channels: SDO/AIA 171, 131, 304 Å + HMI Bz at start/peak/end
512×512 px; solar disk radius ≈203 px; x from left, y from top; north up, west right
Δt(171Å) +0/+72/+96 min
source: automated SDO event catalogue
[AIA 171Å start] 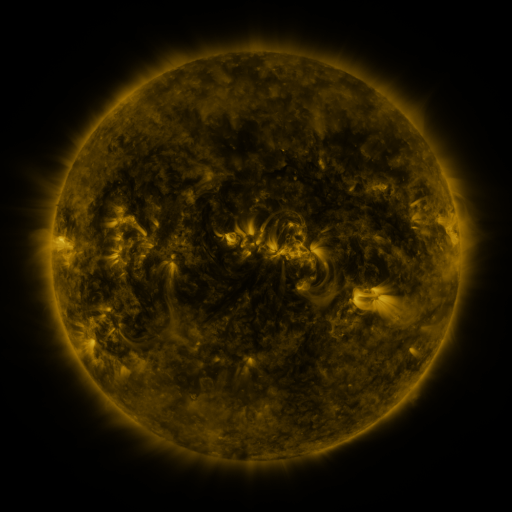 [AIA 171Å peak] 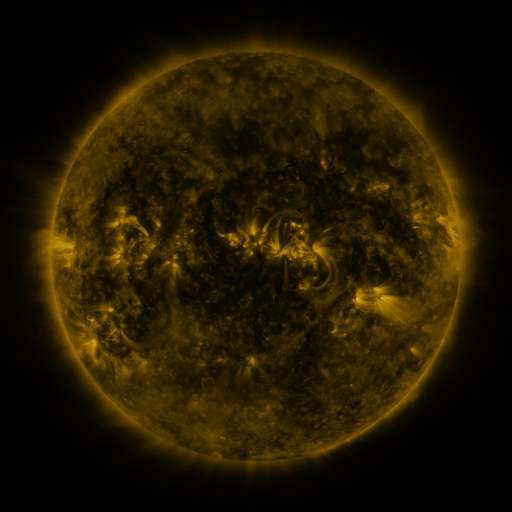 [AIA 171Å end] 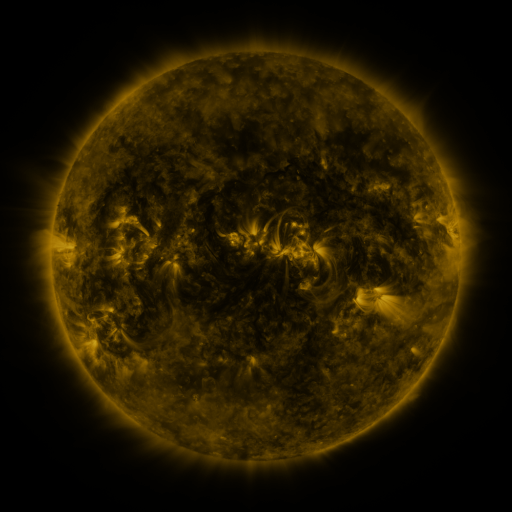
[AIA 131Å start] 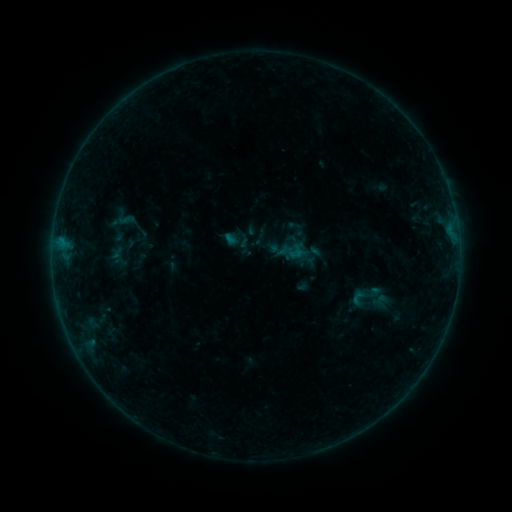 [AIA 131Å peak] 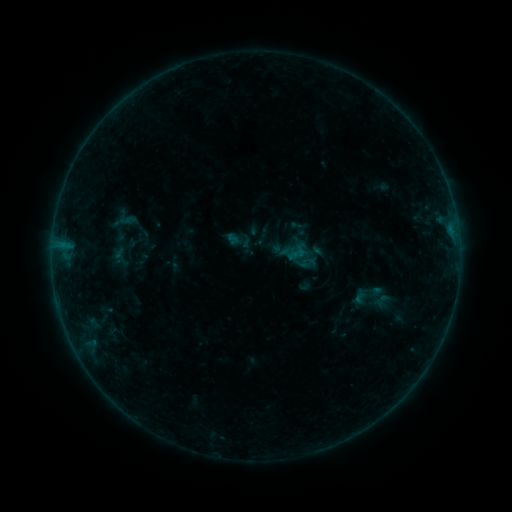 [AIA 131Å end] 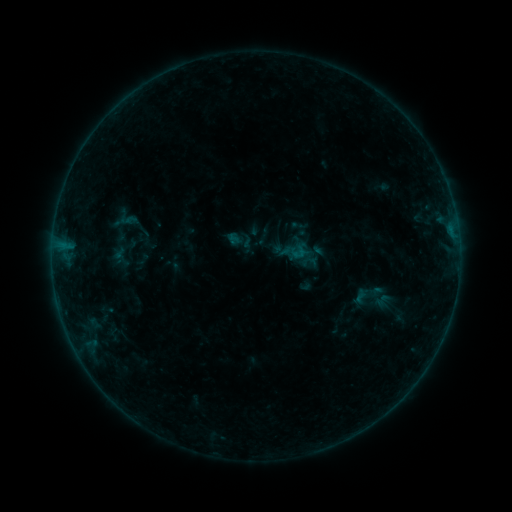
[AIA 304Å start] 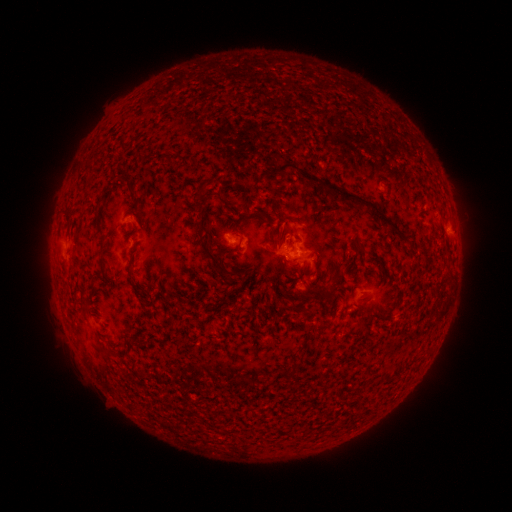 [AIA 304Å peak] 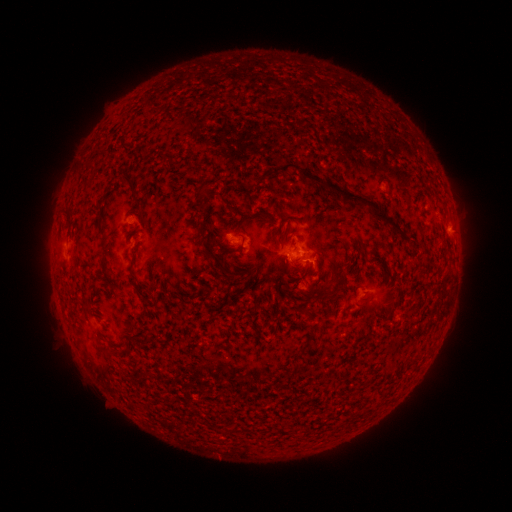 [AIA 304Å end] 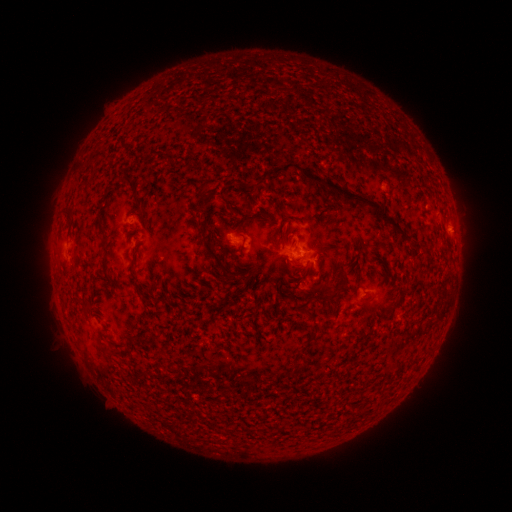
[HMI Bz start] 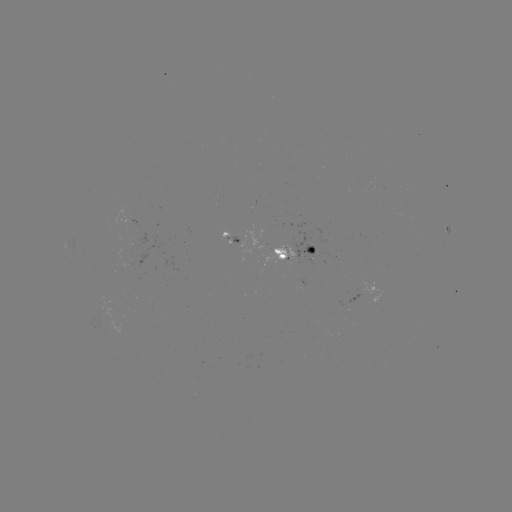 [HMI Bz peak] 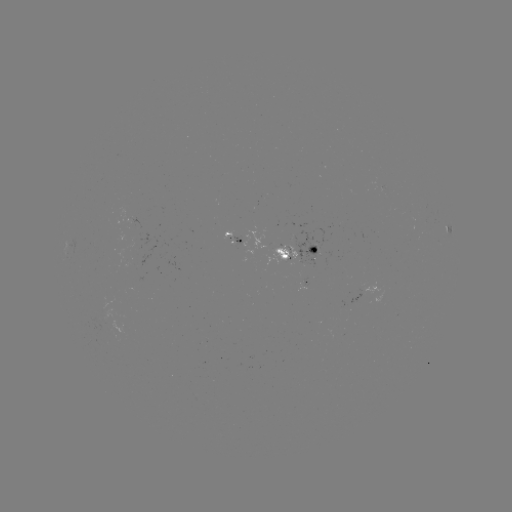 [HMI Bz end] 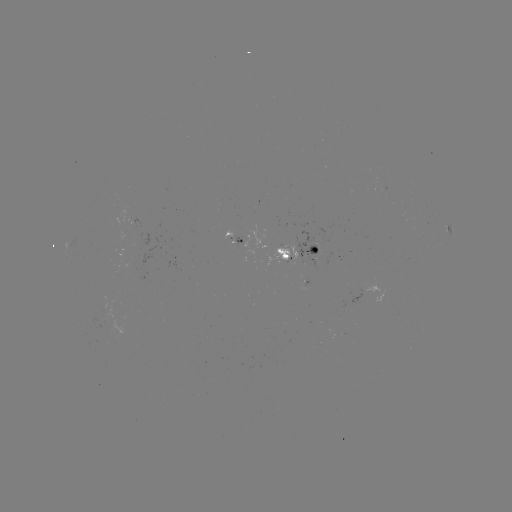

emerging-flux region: (265, 245, 297, 265)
